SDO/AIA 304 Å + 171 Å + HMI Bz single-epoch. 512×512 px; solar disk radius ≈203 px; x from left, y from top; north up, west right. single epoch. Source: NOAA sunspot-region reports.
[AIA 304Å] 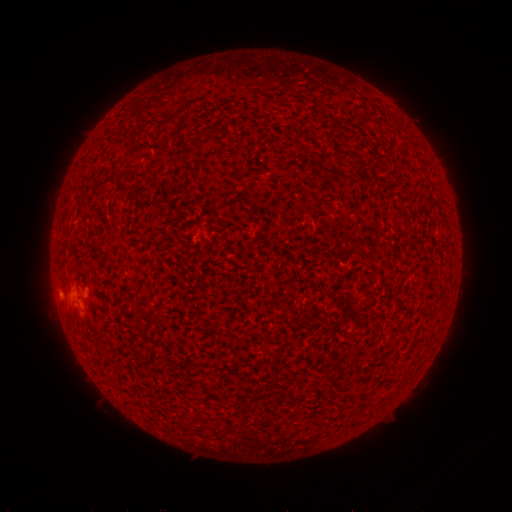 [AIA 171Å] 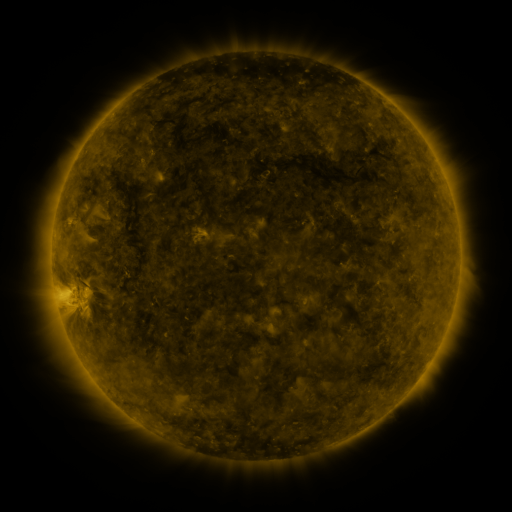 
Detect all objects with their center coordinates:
spotted active region: (86, 295)
